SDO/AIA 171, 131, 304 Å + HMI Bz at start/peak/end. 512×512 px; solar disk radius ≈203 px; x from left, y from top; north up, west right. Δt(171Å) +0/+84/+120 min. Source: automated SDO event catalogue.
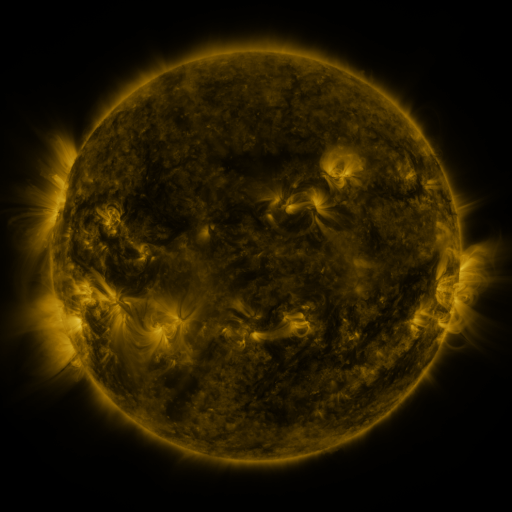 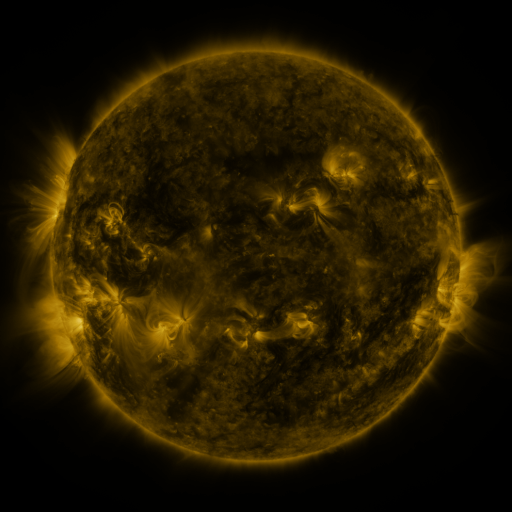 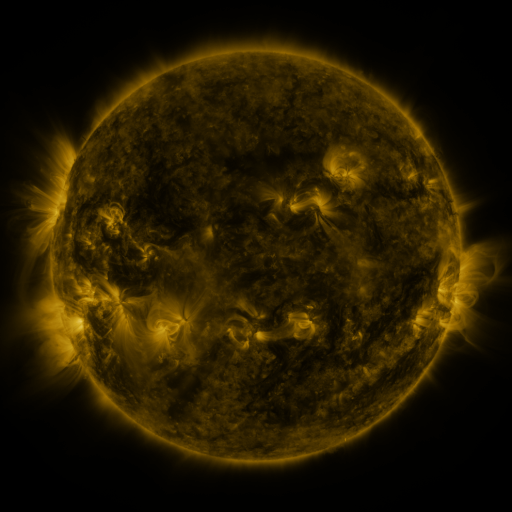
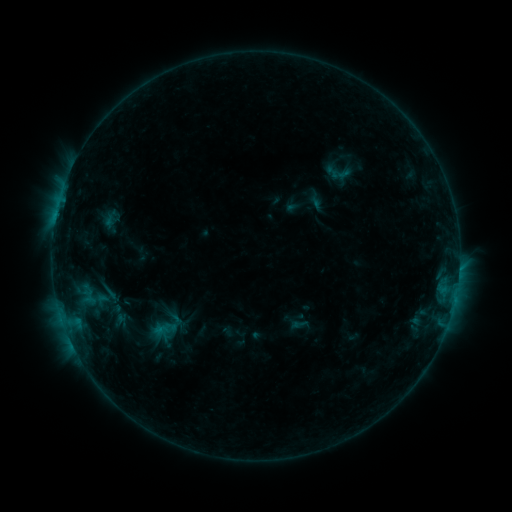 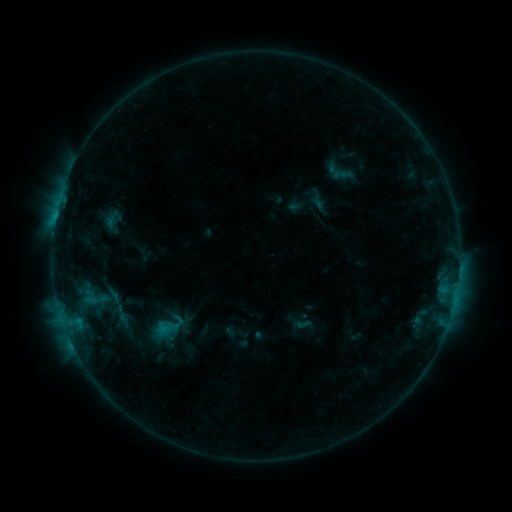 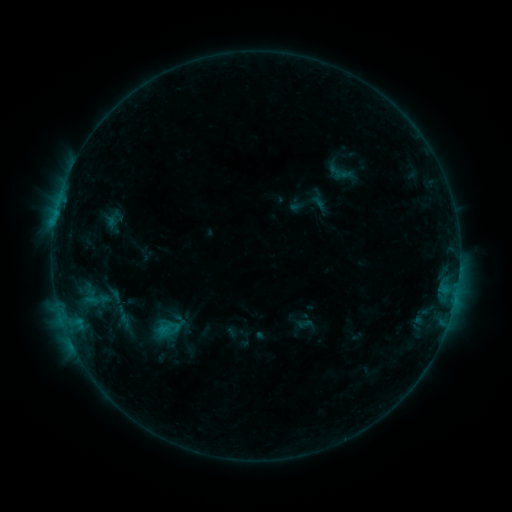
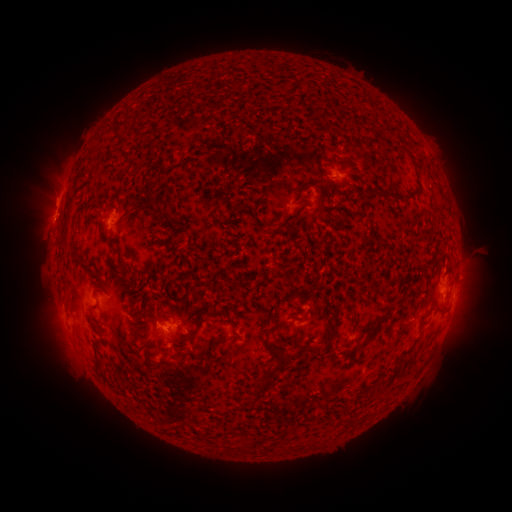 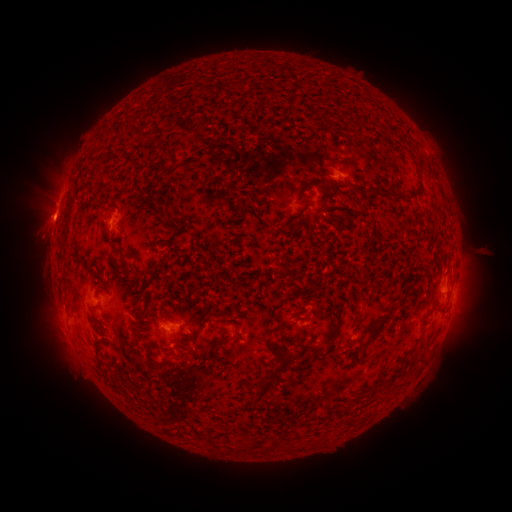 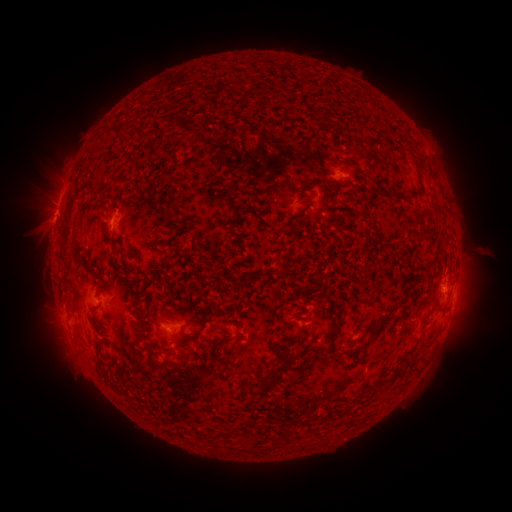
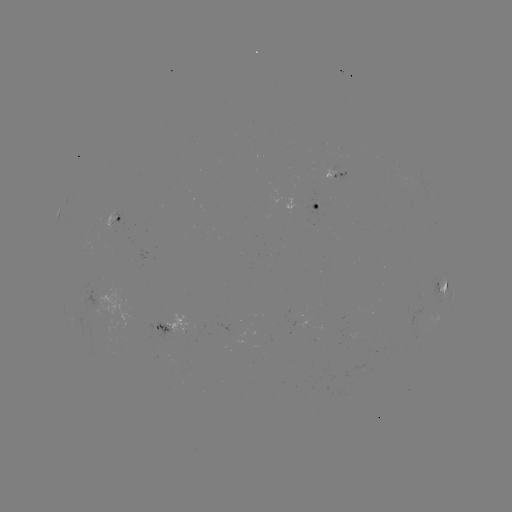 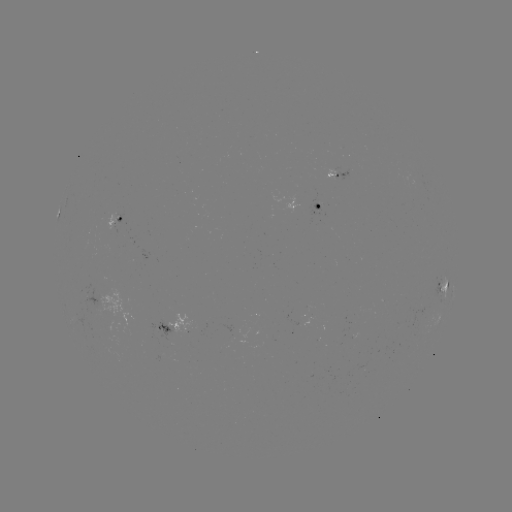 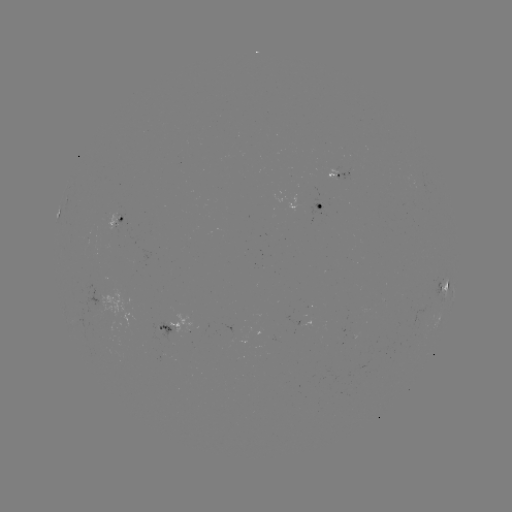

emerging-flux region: (108, 213, 118, 234)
